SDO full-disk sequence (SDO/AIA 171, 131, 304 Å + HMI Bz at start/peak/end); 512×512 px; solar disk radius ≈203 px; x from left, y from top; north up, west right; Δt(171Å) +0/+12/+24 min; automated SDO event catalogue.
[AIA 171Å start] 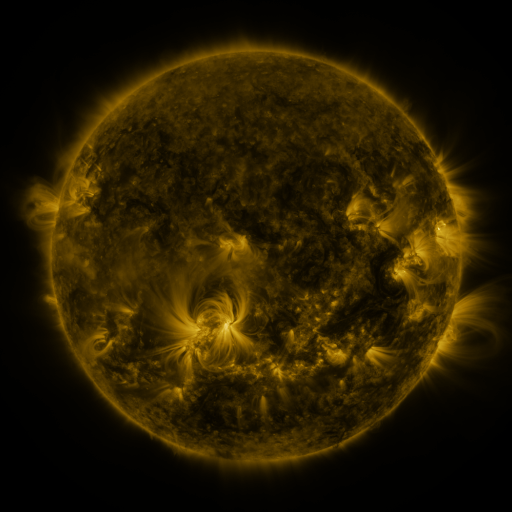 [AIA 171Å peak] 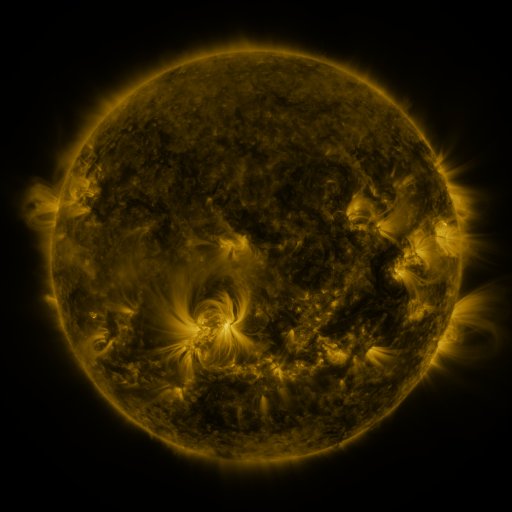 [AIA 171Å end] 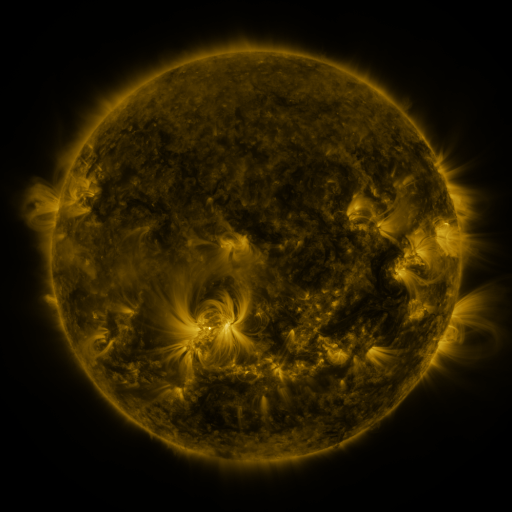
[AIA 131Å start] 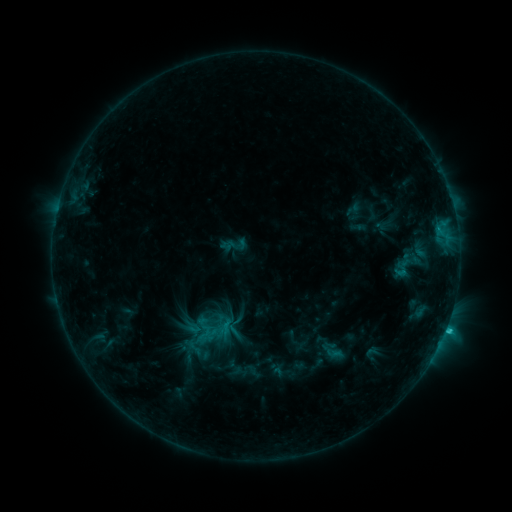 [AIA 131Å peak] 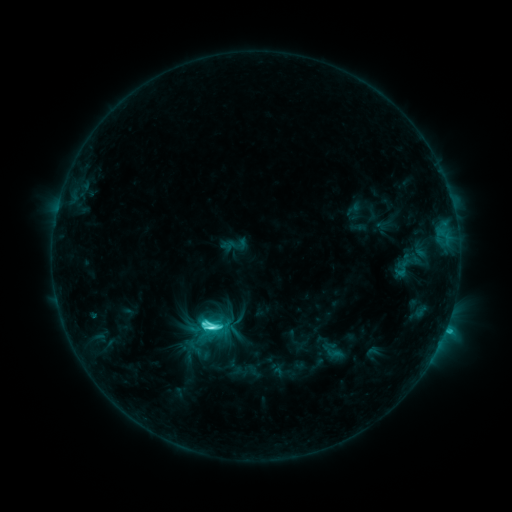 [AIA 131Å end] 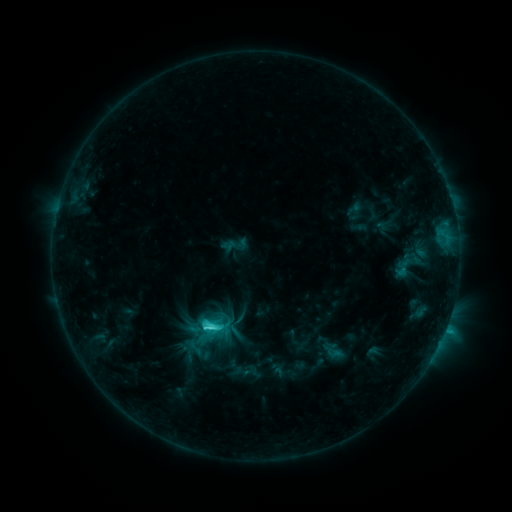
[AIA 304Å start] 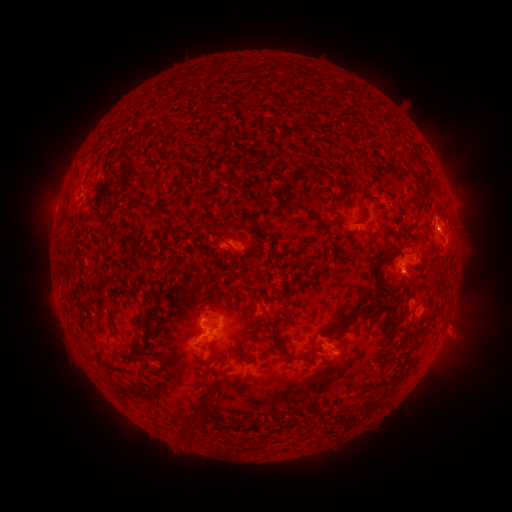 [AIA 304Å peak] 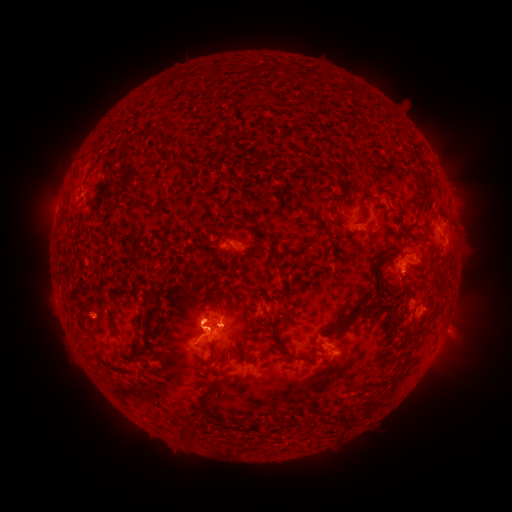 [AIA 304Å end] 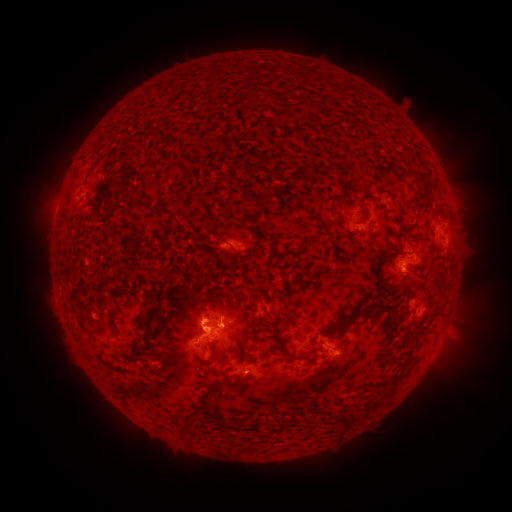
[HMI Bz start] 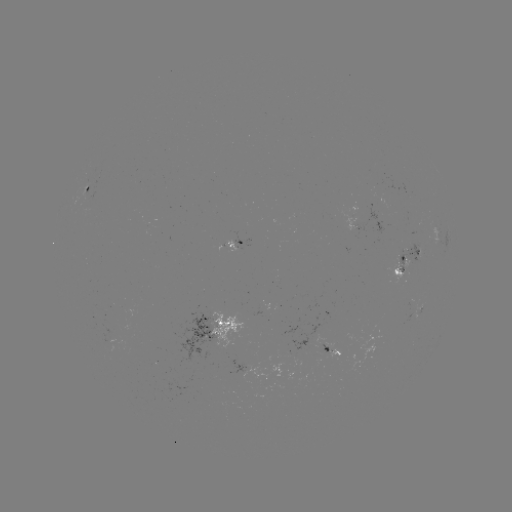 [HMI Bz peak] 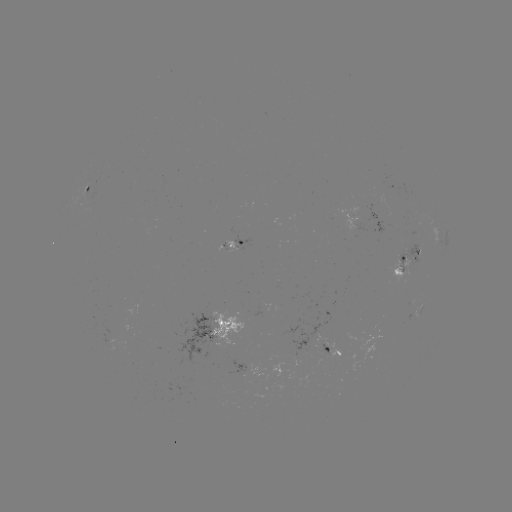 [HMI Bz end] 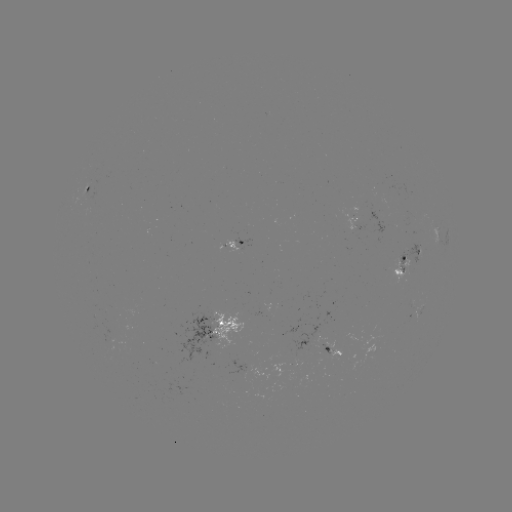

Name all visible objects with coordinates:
C6.1 flare: (211, 325)
